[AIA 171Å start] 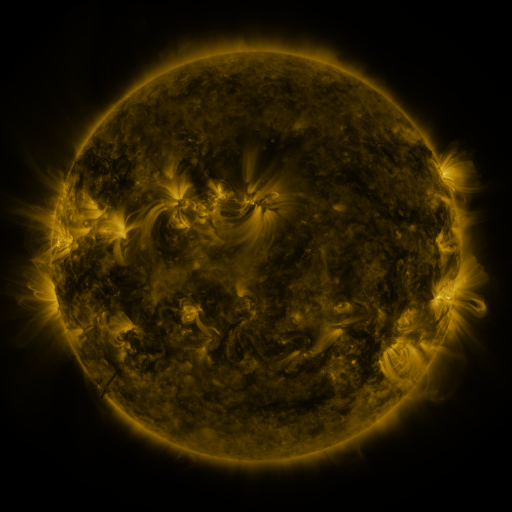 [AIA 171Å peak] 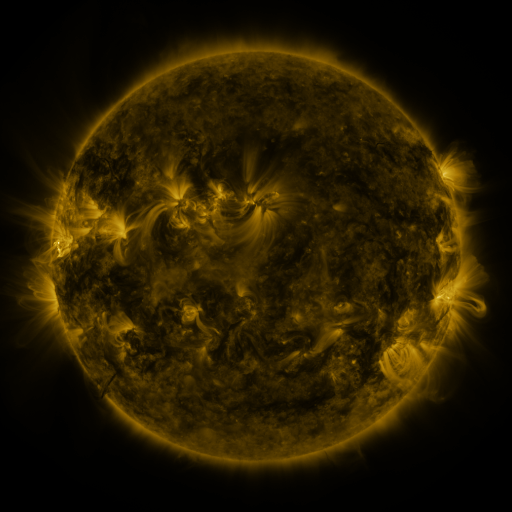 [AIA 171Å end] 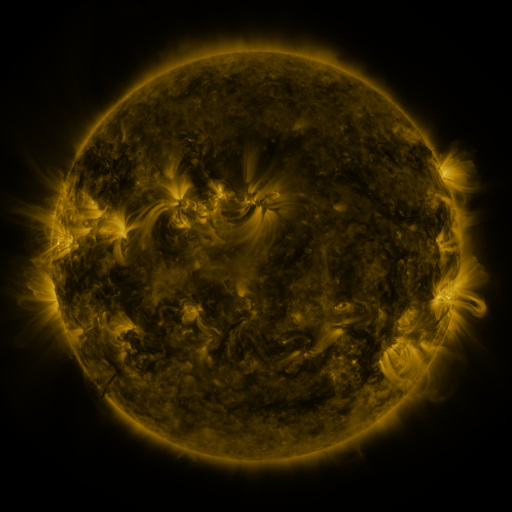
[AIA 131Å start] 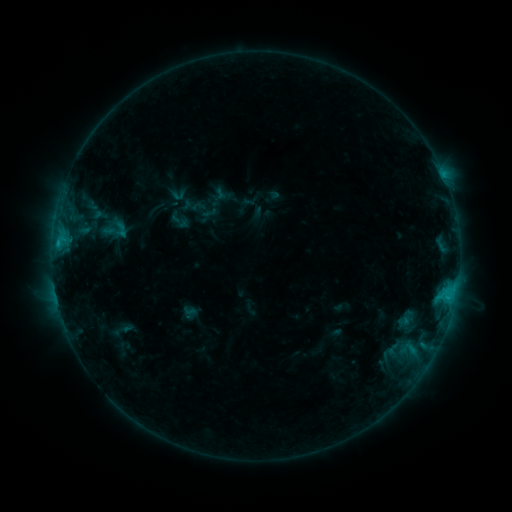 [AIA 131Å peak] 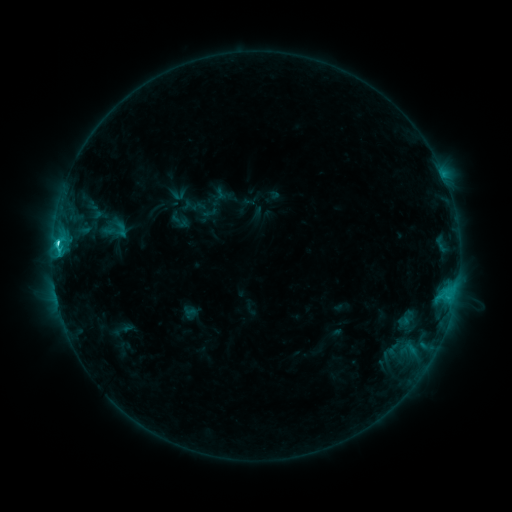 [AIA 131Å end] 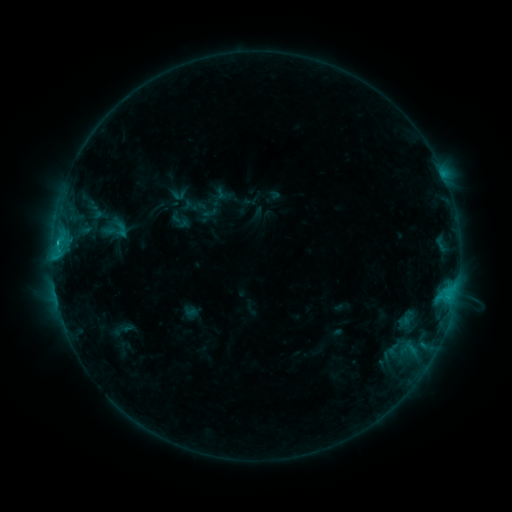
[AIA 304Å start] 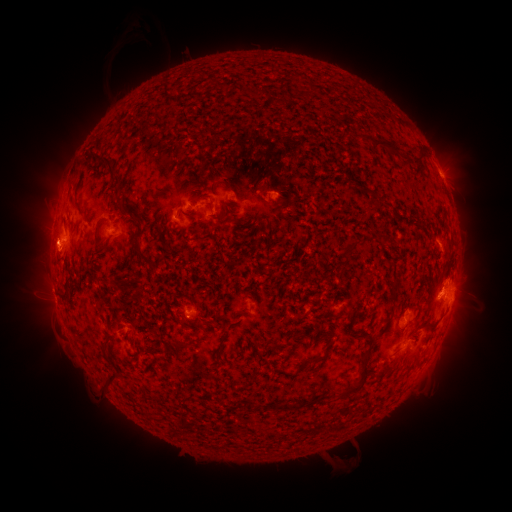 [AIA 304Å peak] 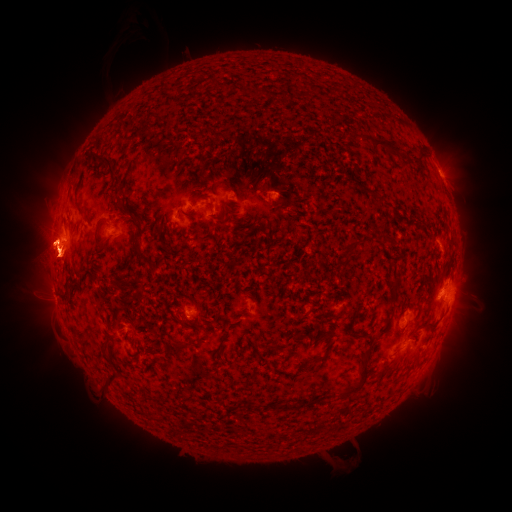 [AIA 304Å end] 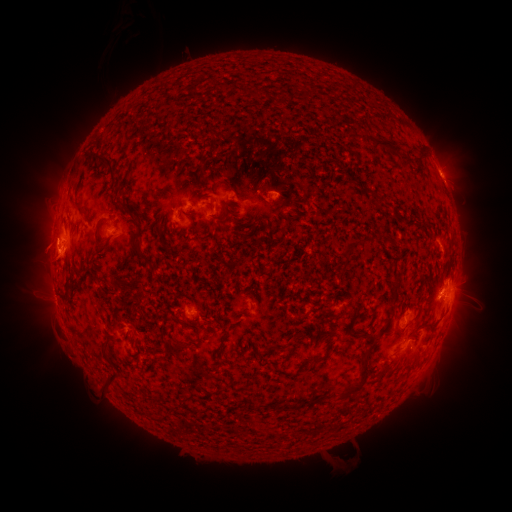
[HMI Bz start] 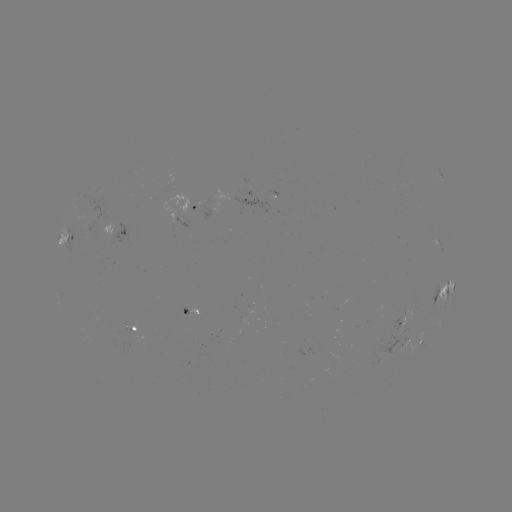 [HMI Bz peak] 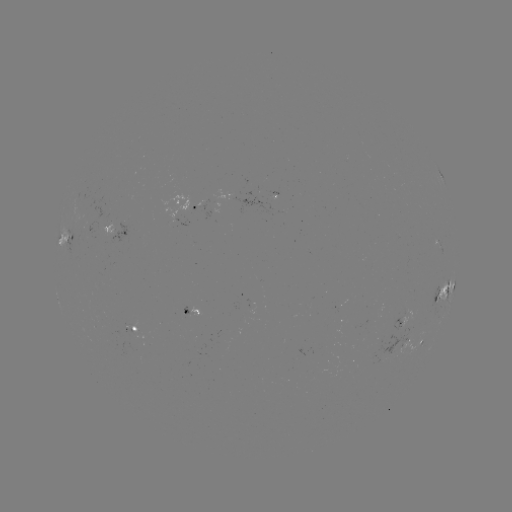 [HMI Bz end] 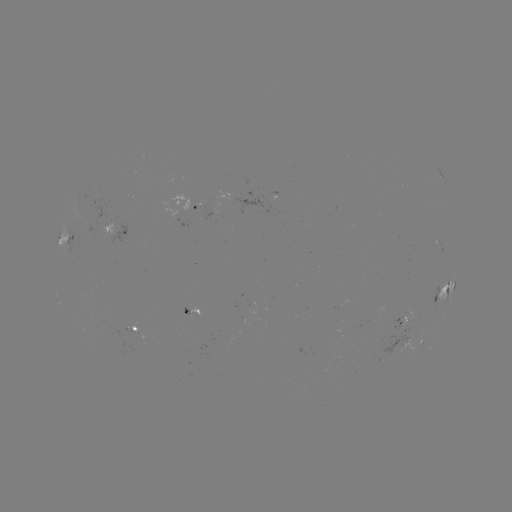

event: eruption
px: (49, 249)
